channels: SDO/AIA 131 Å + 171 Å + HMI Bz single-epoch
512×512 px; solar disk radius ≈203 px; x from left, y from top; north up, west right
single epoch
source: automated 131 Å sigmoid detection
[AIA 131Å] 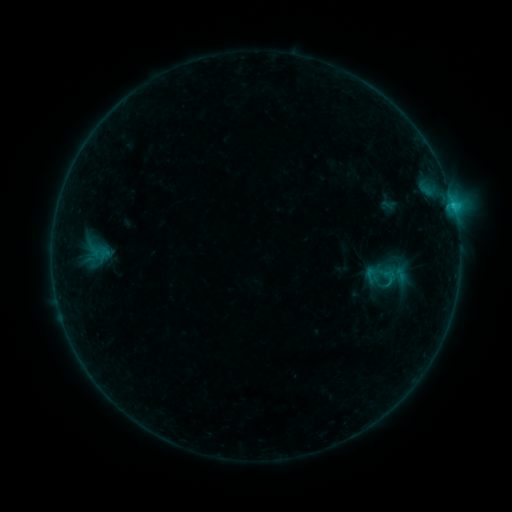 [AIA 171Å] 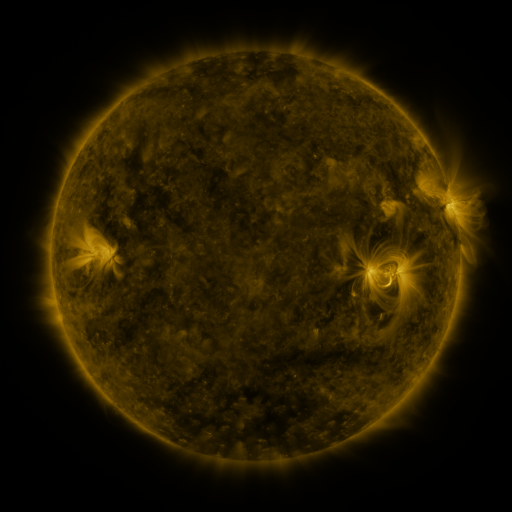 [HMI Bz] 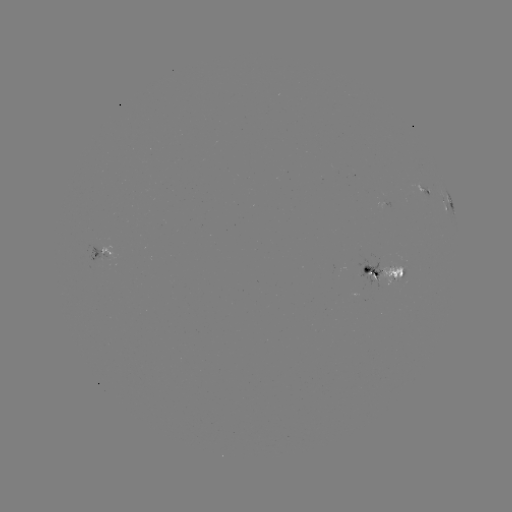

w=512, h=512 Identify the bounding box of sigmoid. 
[85, 251, 109, 273].